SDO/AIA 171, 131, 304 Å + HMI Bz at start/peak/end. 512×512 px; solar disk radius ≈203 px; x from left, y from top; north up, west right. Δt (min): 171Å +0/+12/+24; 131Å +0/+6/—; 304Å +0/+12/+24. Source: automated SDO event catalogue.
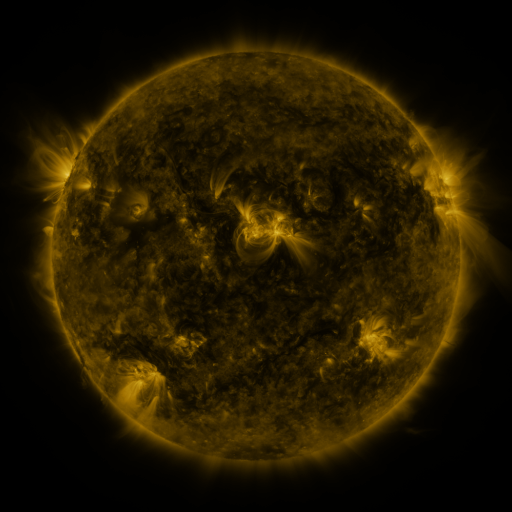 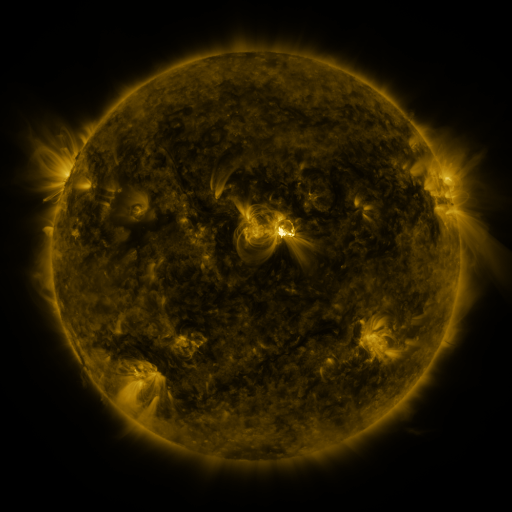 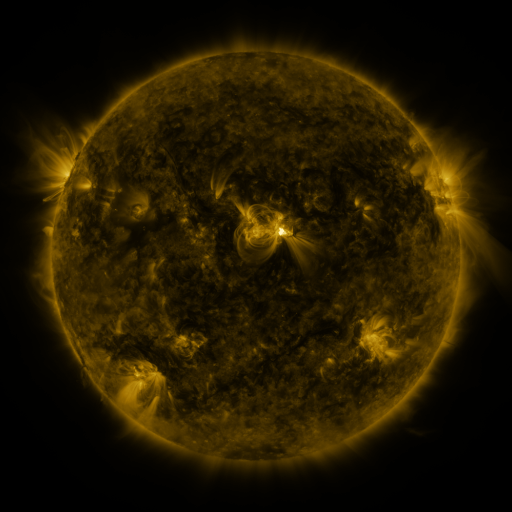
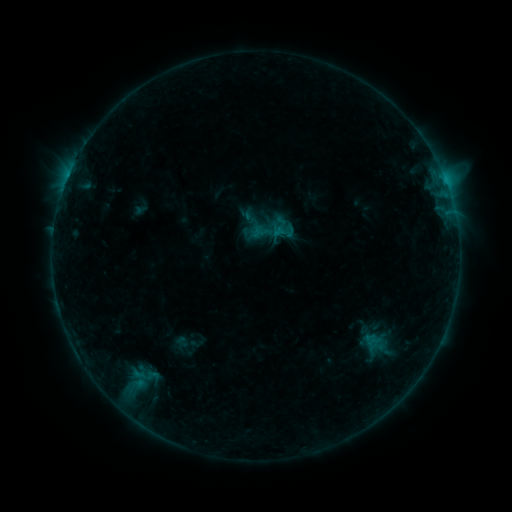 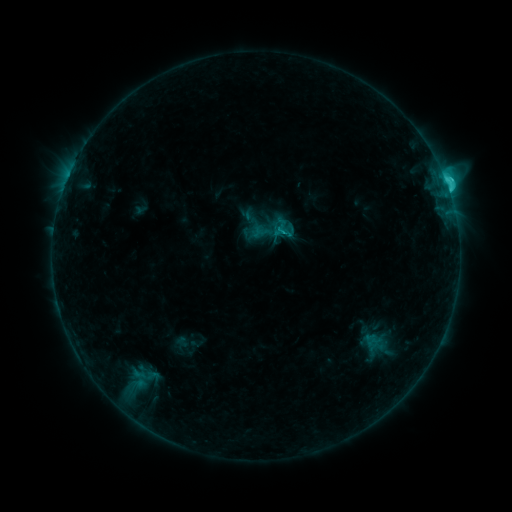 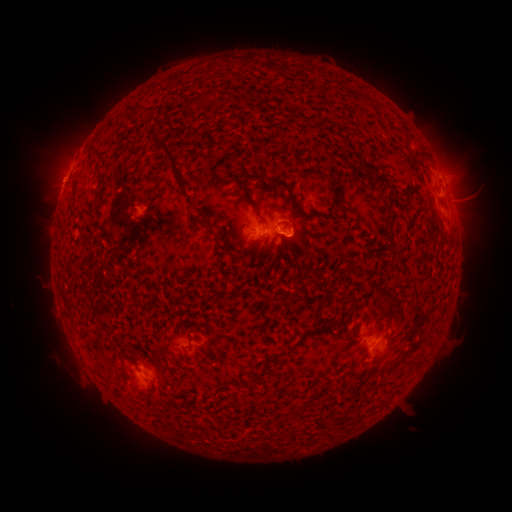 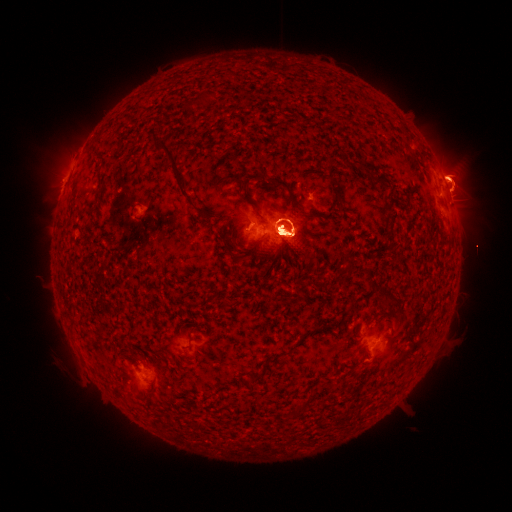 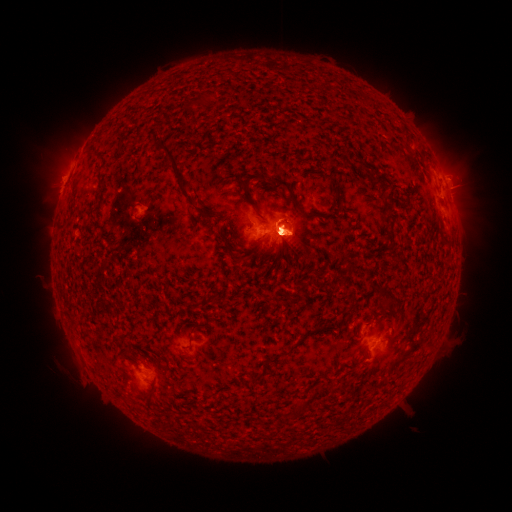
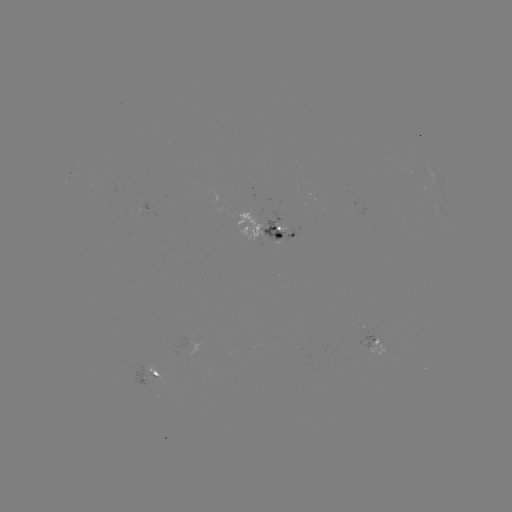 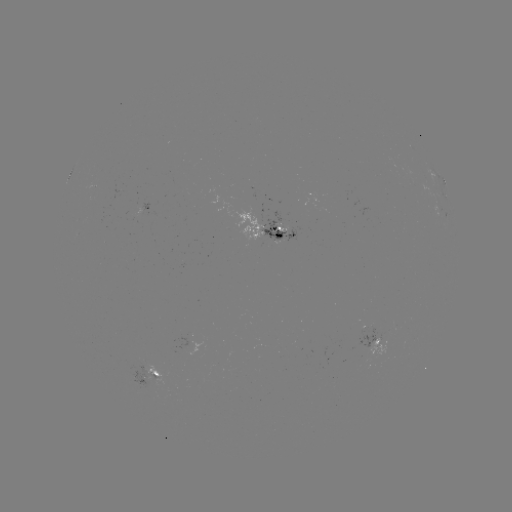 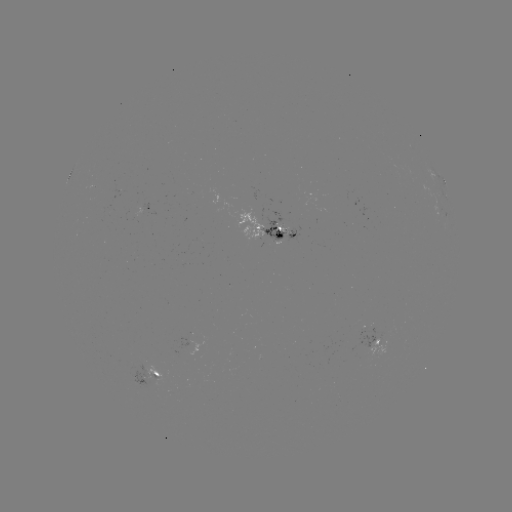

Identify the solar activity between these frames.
eruption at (452, 184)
